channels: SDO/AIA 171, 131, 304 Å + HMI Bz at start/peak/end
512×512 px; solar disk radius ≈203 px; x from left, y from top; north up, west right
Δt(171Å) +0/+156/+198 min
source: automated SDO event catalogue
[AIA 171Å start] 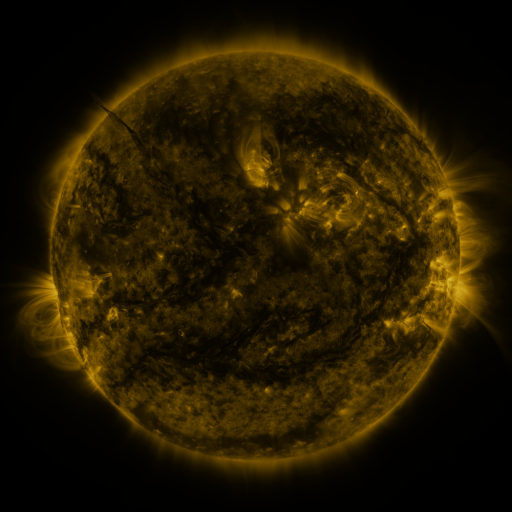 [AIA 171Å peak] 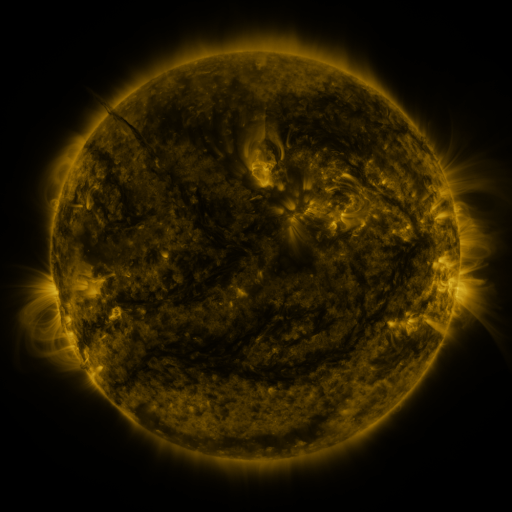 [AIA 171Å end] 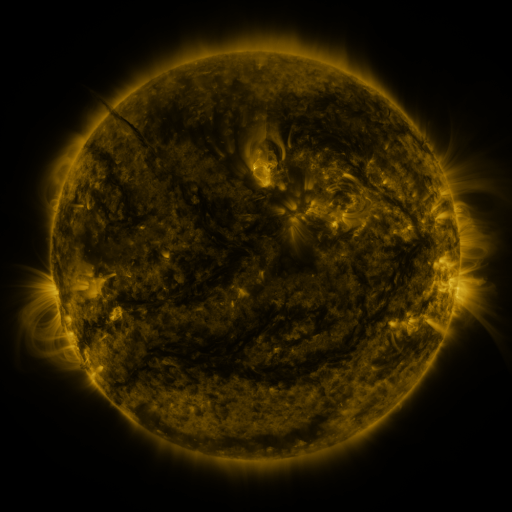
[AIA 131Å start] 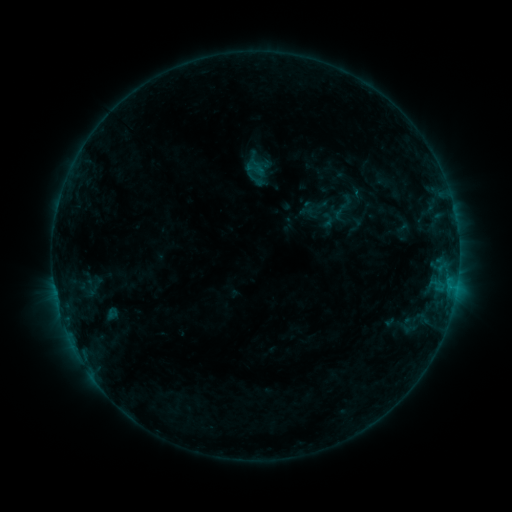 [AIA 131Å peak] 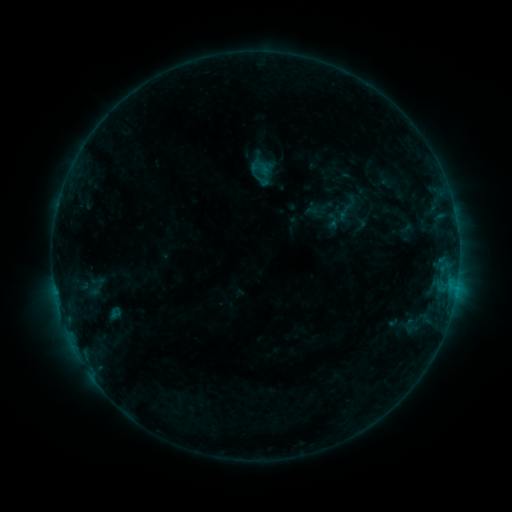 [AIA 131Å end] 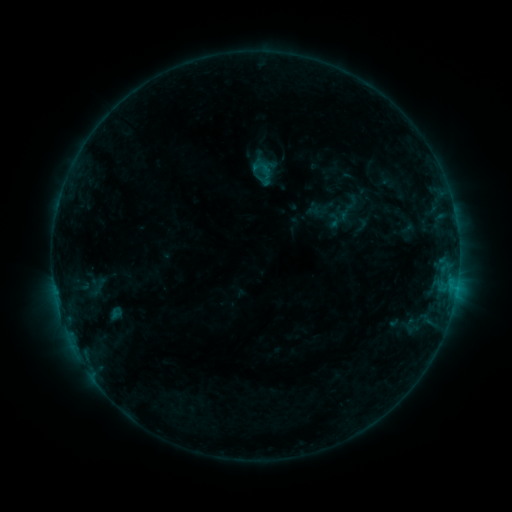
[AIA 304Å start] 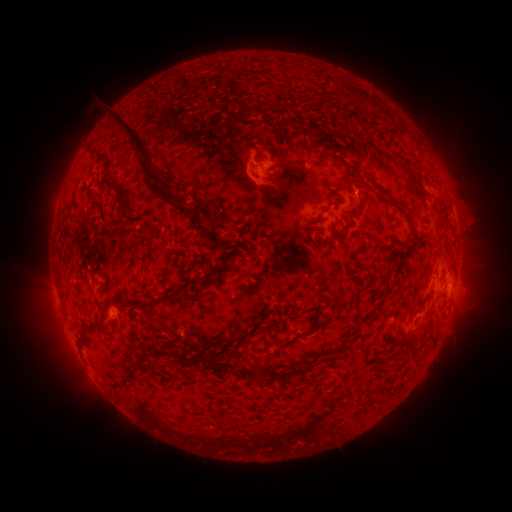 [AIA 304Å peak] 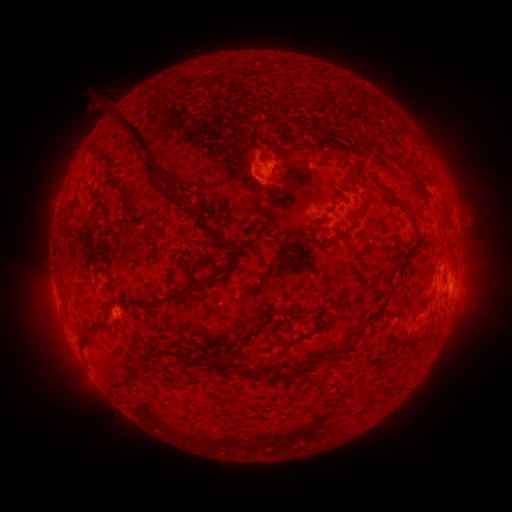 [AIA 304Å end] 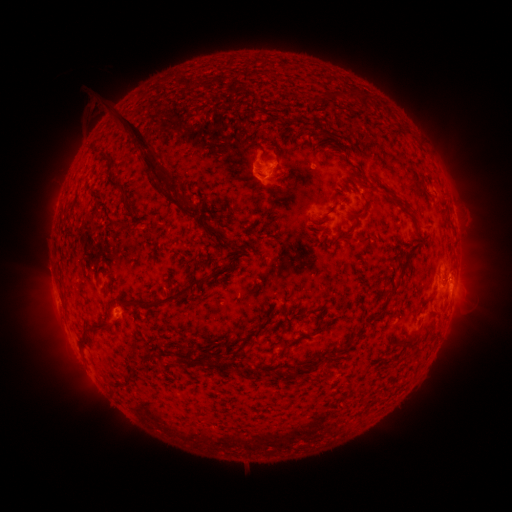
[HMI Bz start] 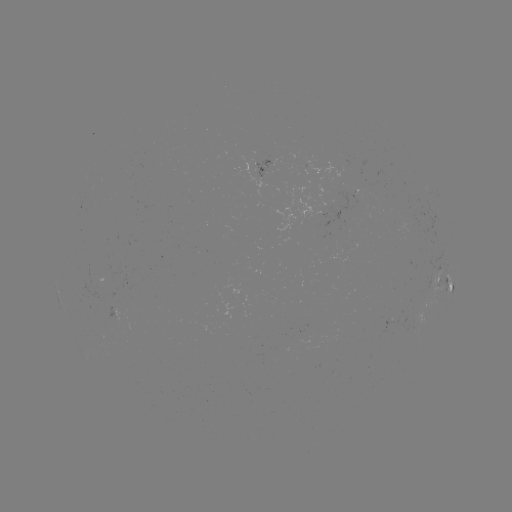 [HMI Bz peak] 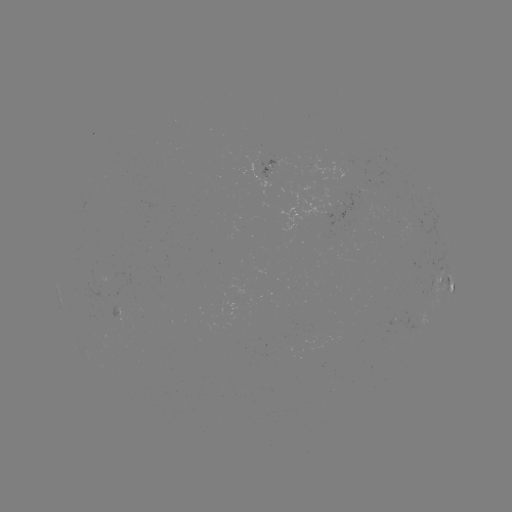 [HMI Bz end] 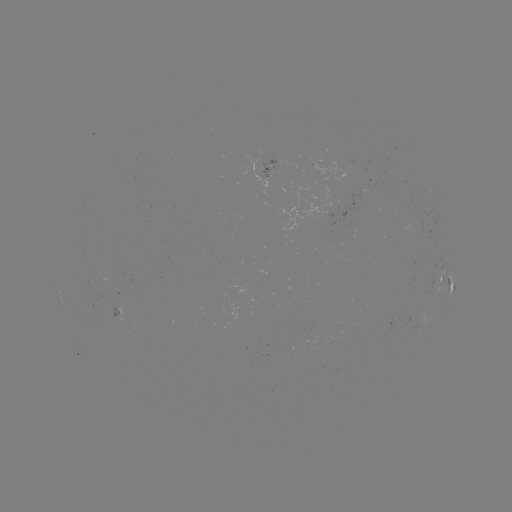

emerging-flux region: [258, 163, 270, 178]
